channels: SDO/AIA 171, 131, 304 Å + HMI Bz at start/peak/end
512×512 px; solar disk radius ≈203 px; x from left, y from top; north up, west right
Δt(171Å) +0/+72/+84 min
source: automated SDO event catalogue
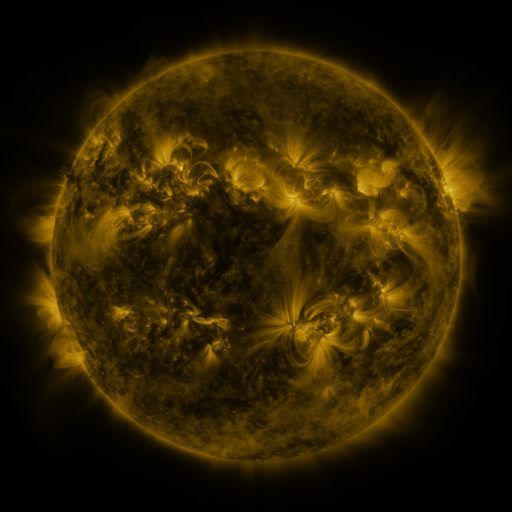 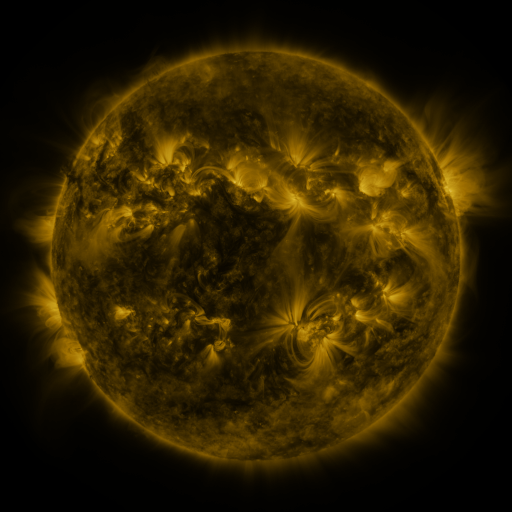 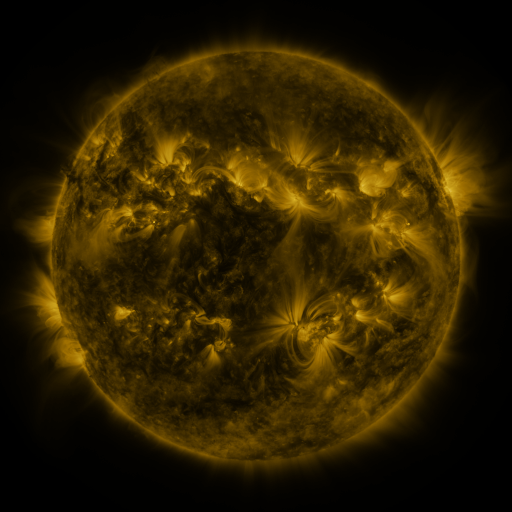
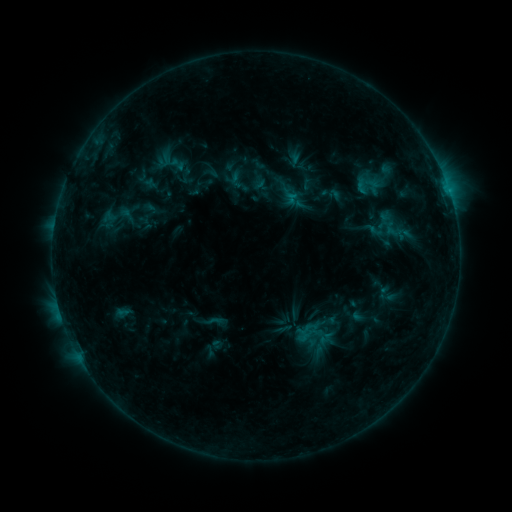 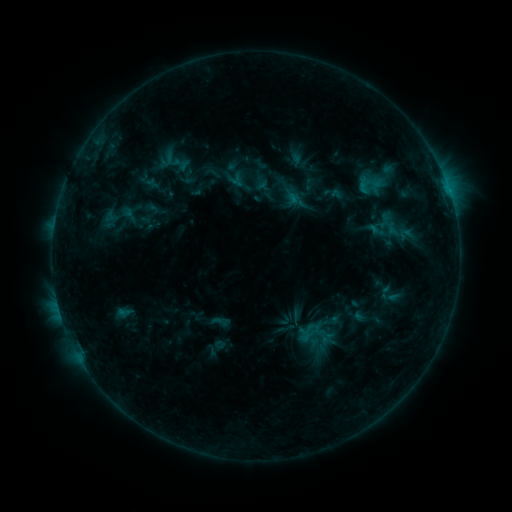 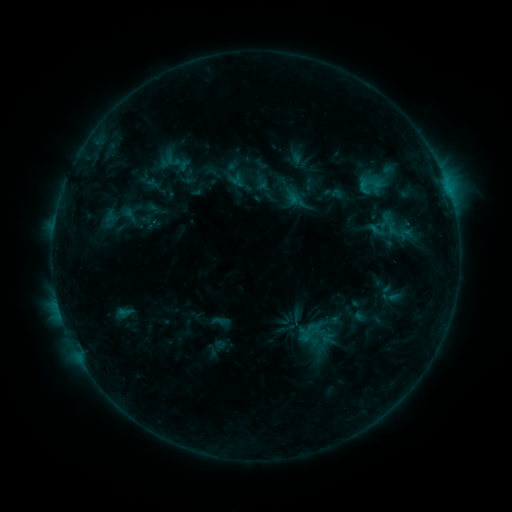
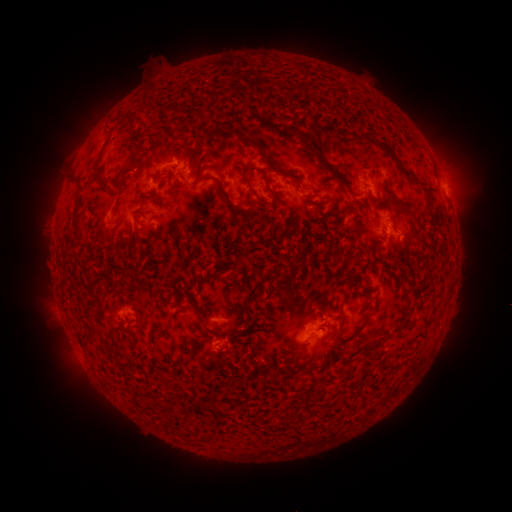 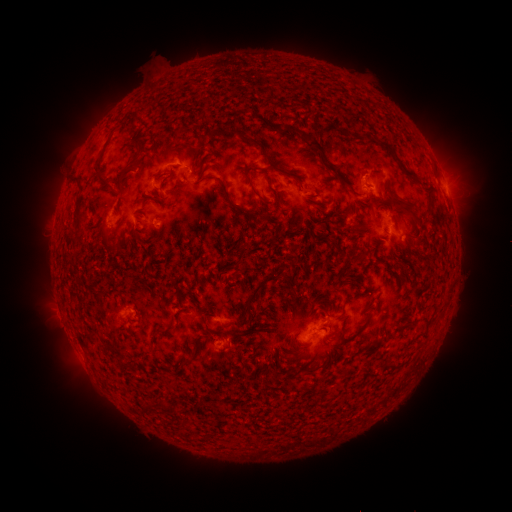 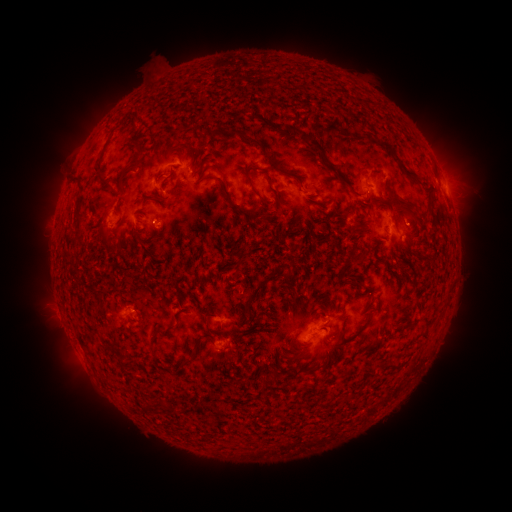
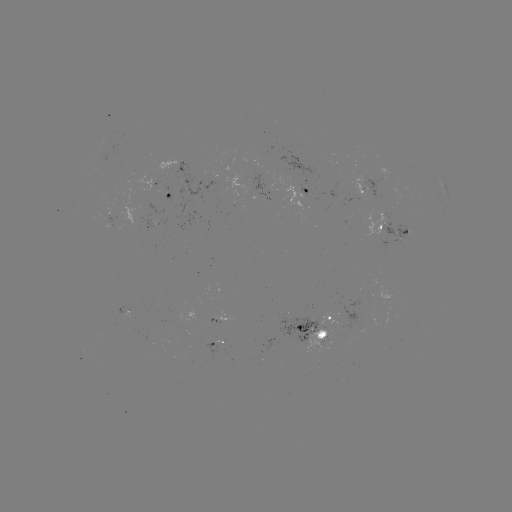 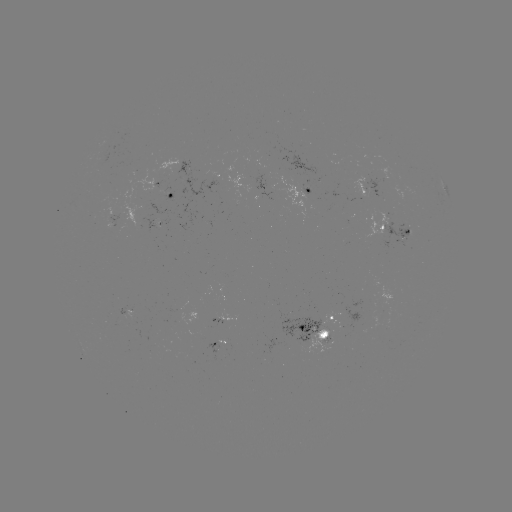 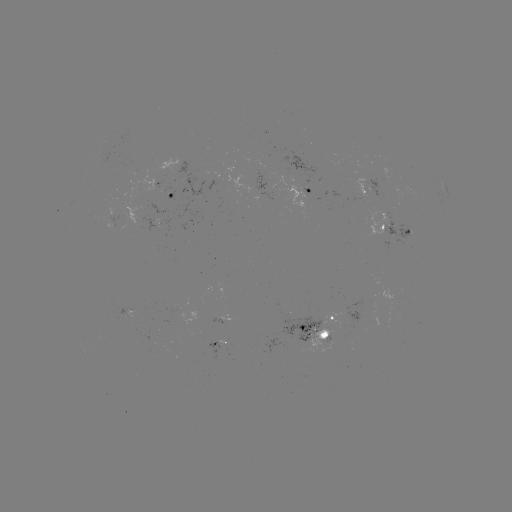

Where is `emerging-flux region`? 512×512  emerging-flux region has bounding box [147, 215, 157, 226].